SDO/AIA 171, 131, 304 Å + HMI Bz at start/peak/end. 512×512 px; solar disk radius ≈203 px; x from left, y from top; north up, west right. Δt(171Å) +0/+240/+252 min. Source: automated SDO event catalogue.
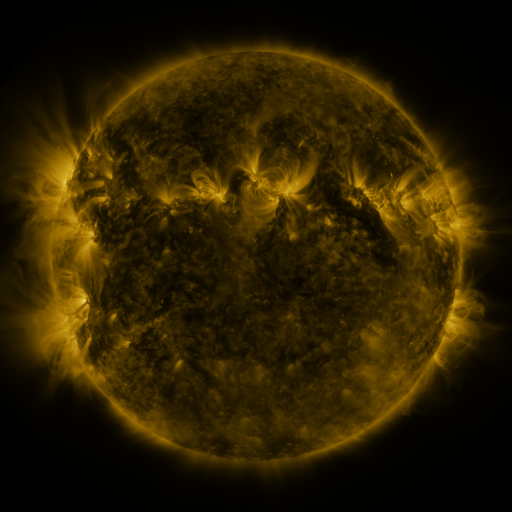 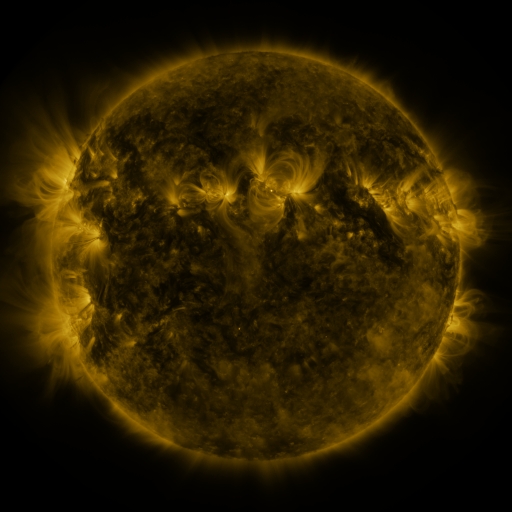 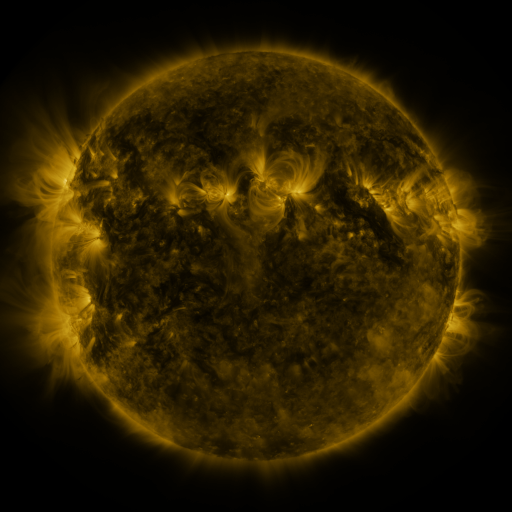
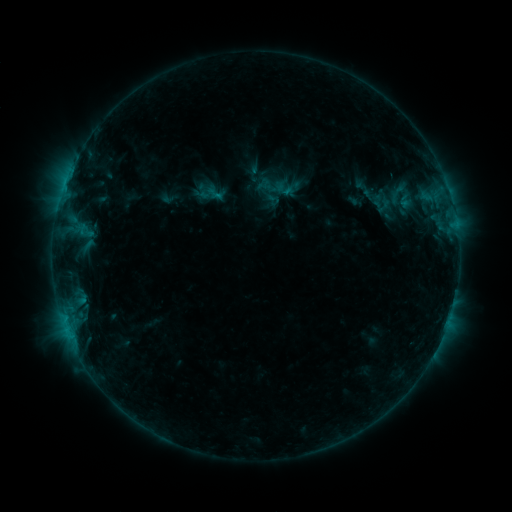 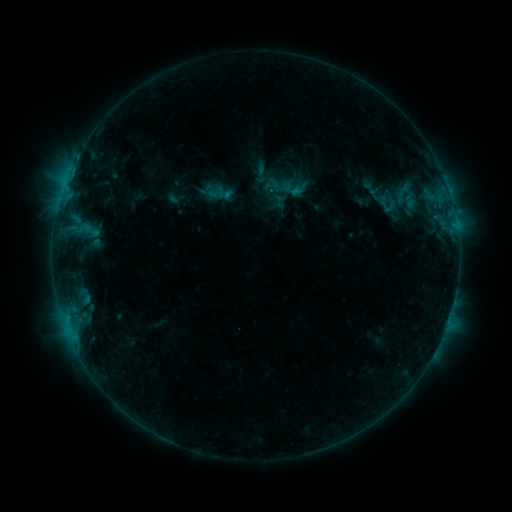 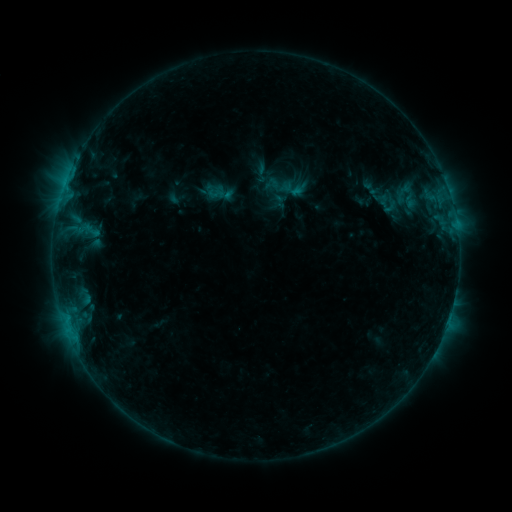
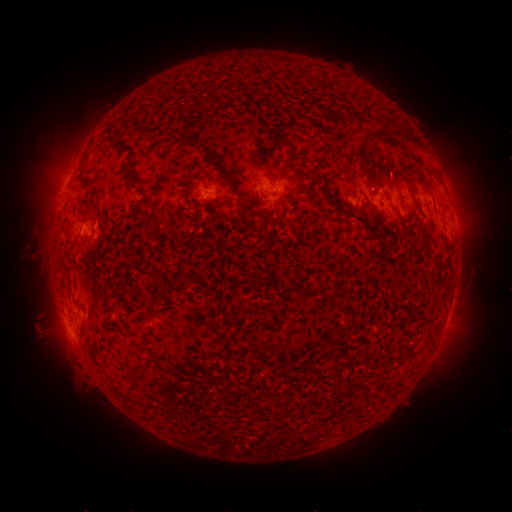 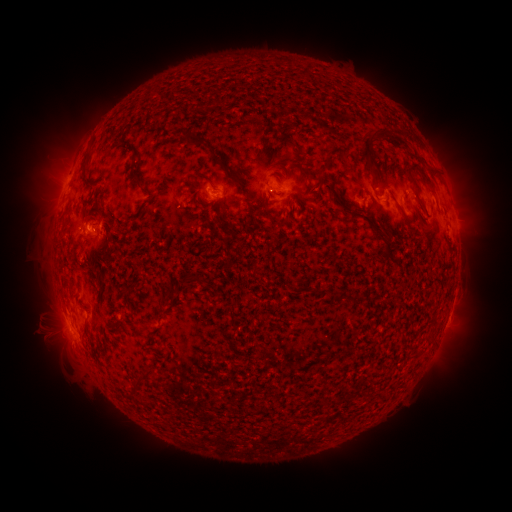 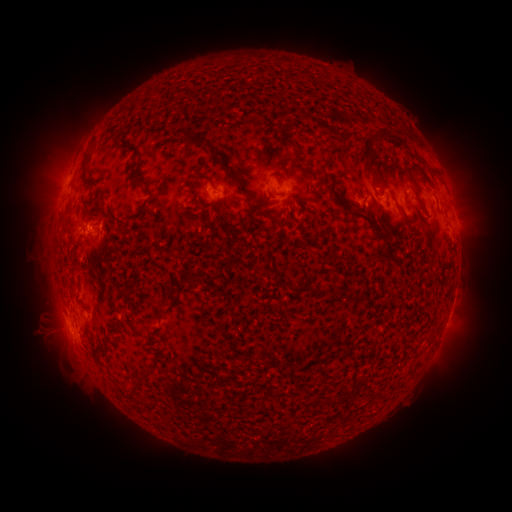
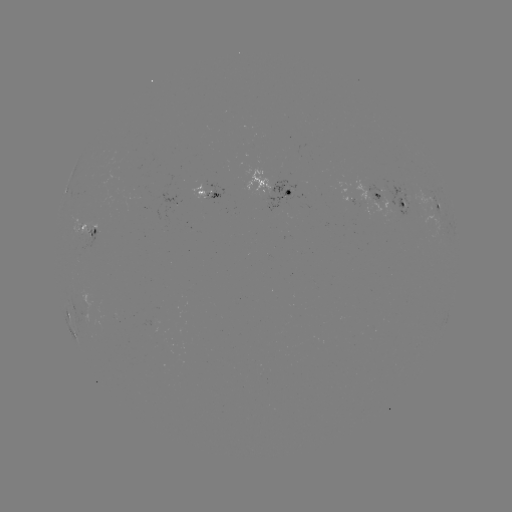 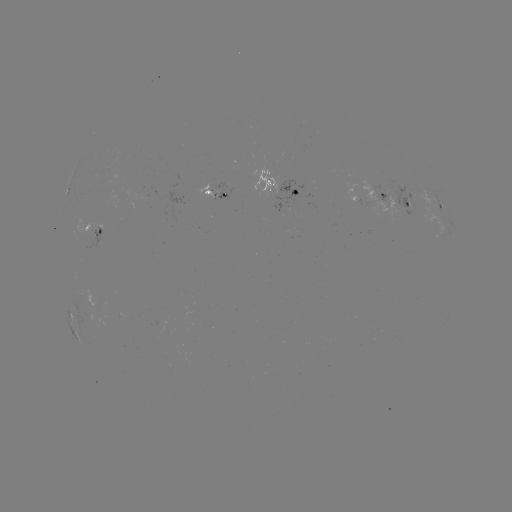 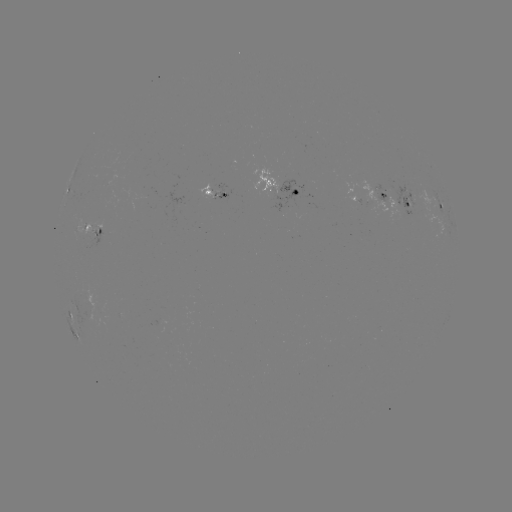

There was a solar emerging-flux region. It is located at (96, 235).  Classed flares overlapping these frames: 1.